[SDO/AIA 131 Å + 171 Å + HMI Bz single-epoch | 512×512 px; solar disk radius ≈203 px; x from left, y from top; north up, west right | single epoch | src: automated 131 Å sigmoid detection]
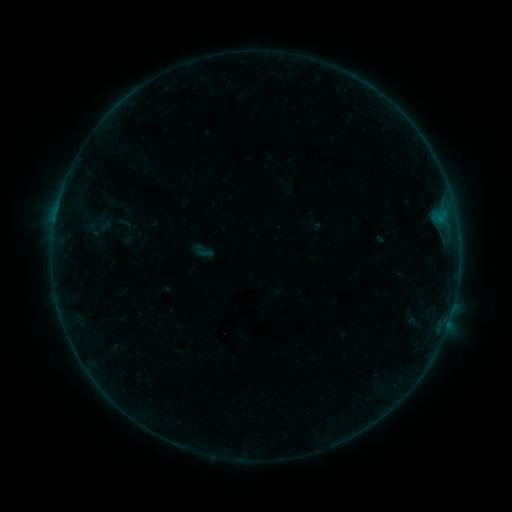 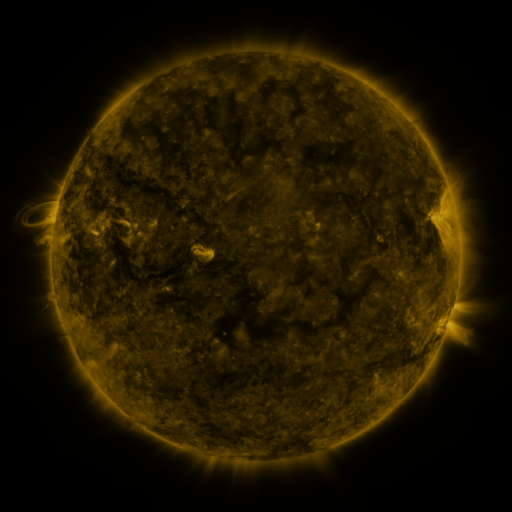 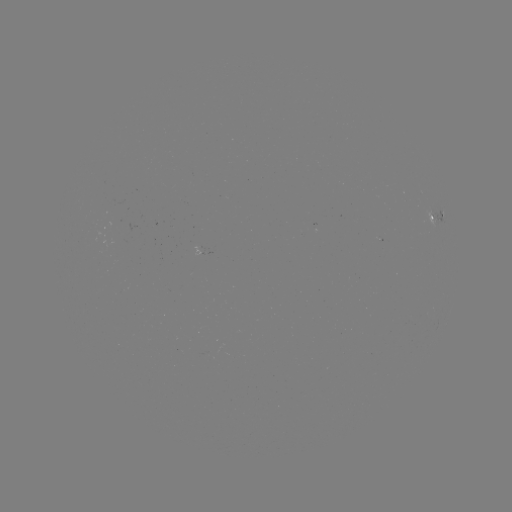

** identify sigmoid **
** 204,253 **